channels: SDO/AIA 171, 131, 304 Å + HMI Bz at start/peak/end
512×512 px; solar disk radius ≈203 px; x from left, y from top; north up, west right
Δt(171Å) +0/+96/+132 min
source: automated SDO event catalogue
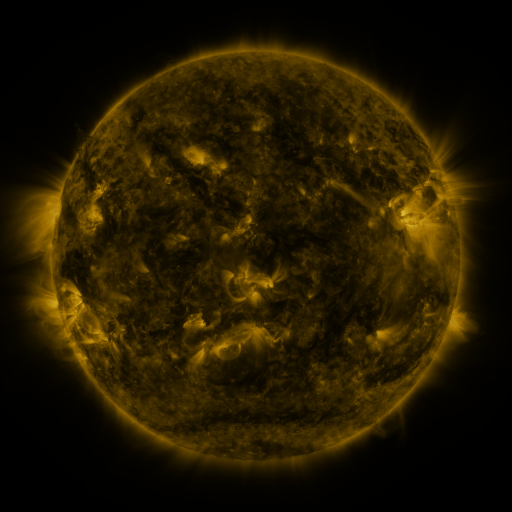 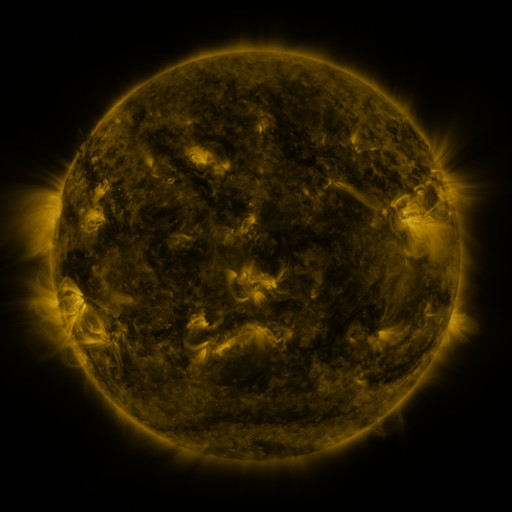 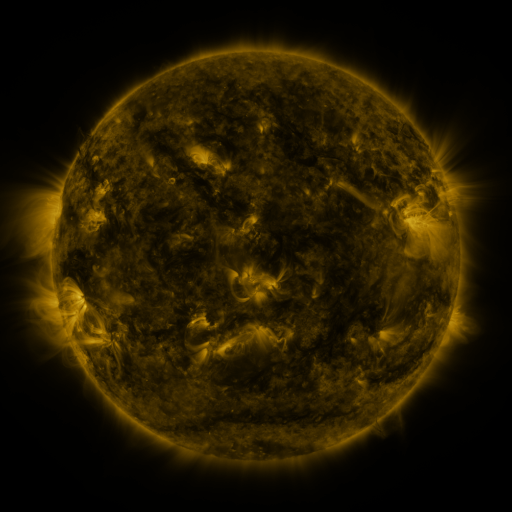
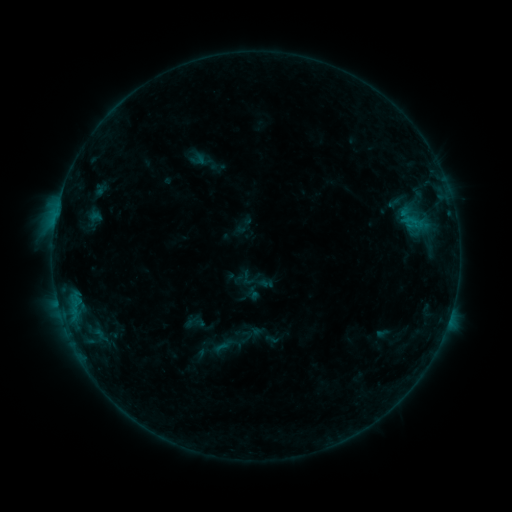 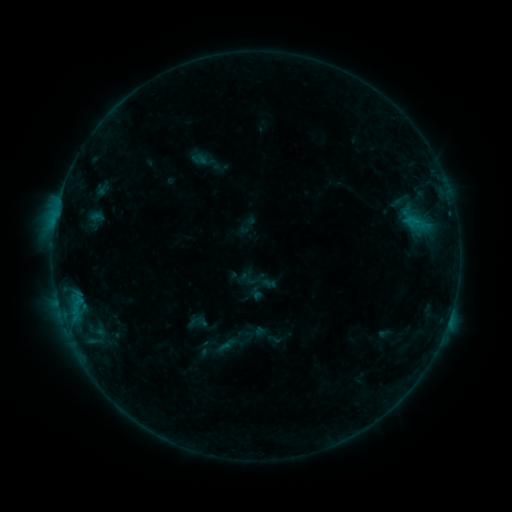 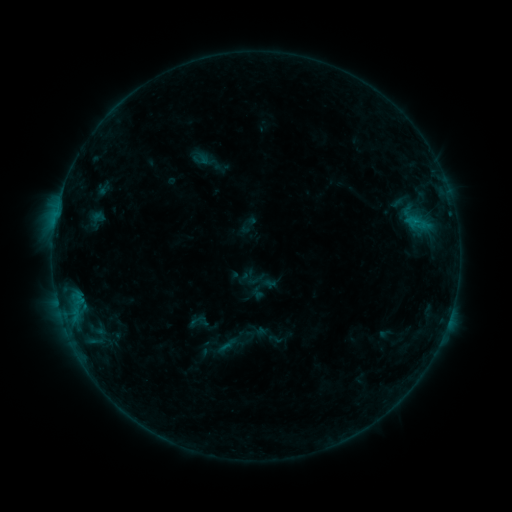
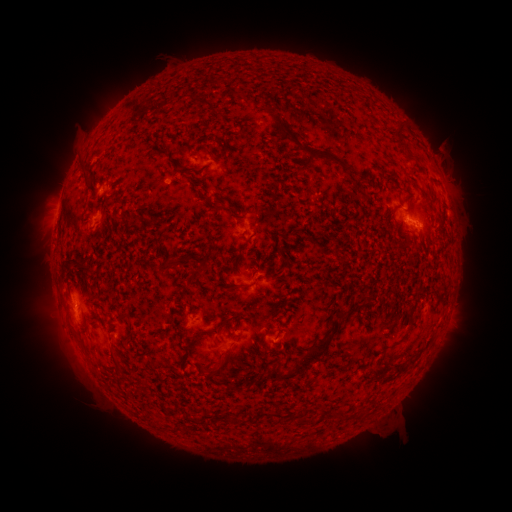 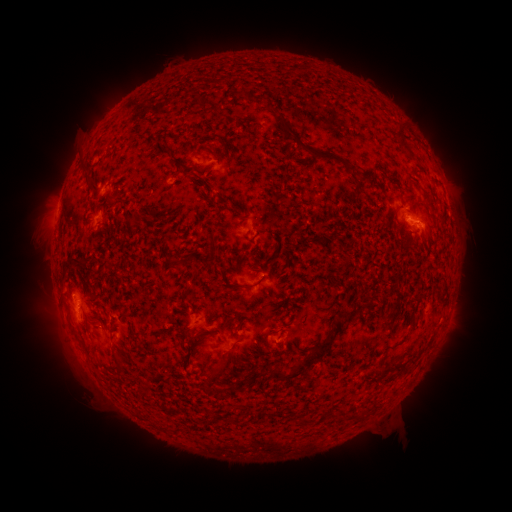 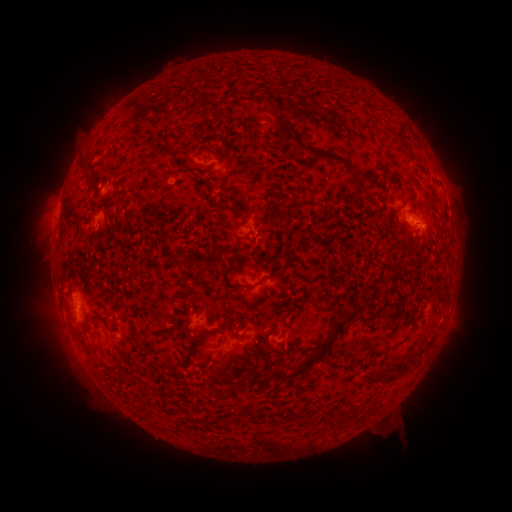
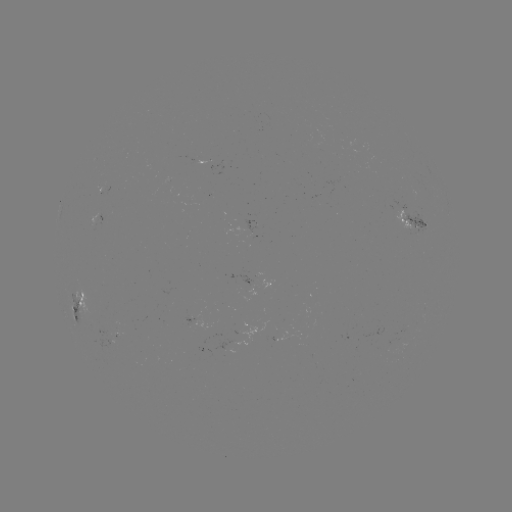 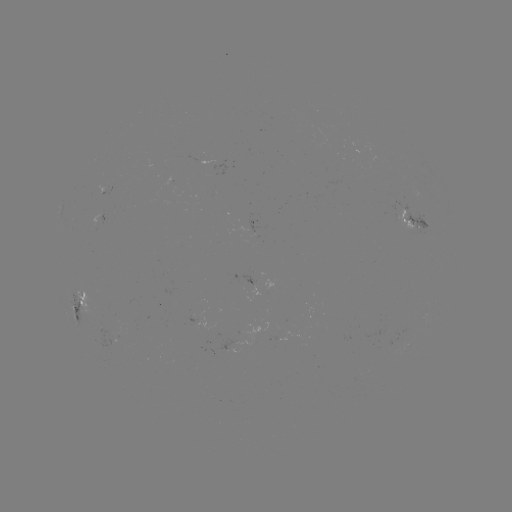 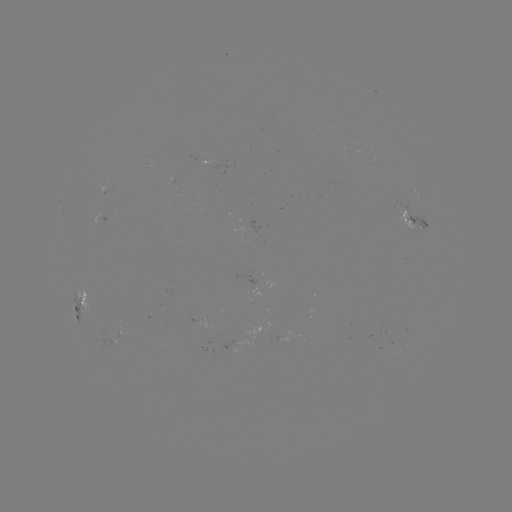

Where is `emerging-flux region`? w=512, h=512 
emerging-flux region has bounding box [402, 328, 413, 336].